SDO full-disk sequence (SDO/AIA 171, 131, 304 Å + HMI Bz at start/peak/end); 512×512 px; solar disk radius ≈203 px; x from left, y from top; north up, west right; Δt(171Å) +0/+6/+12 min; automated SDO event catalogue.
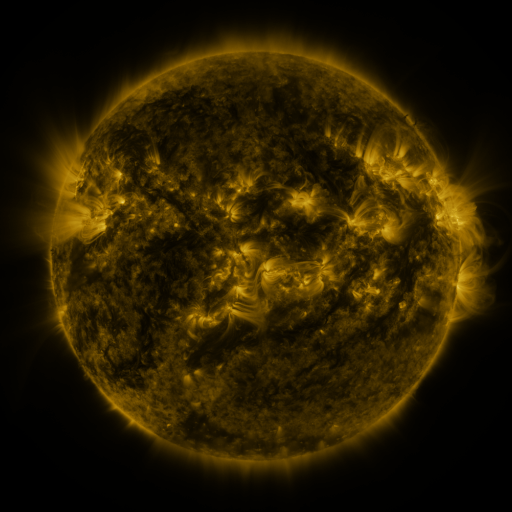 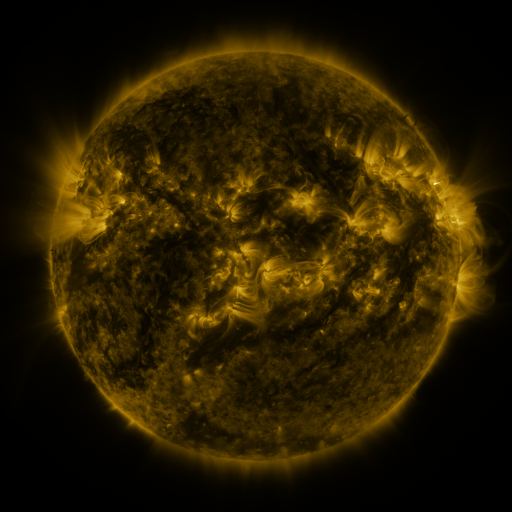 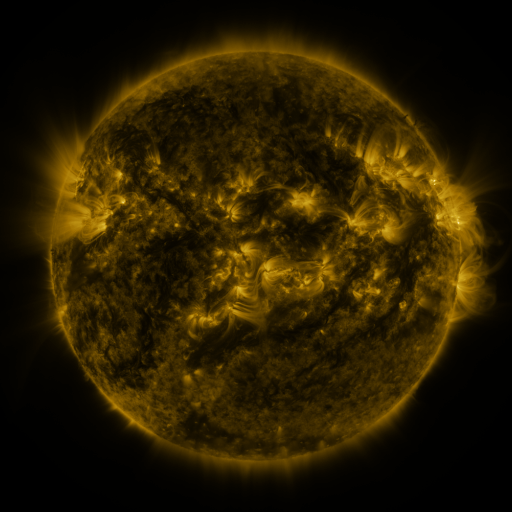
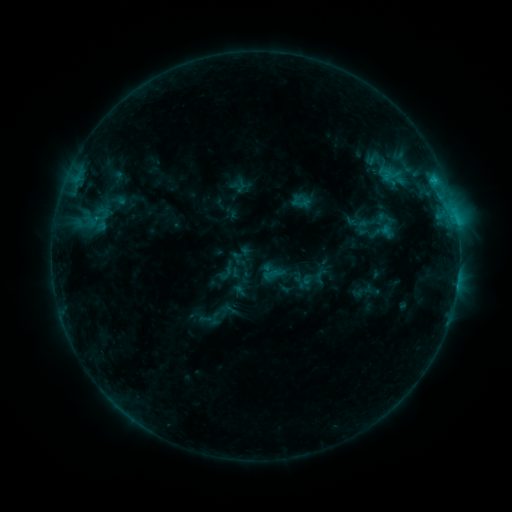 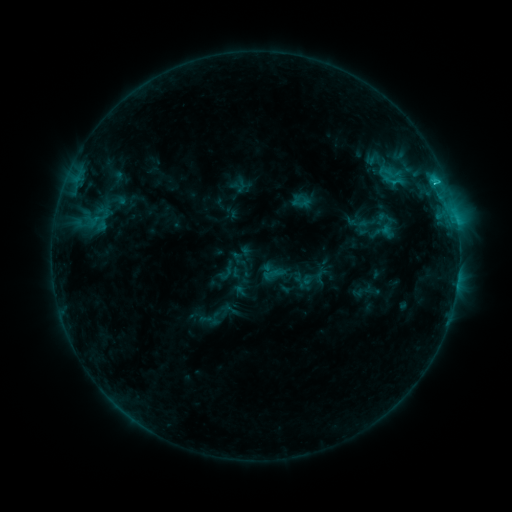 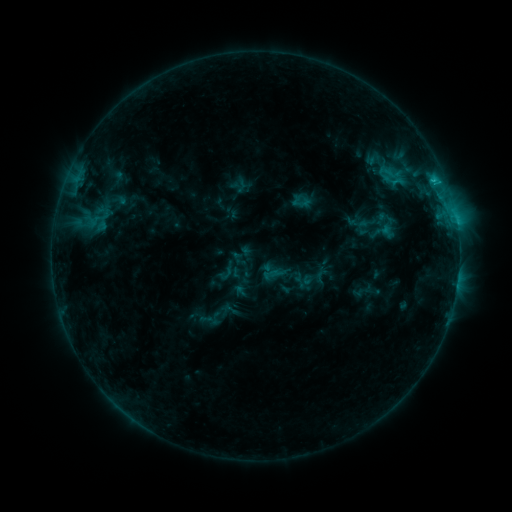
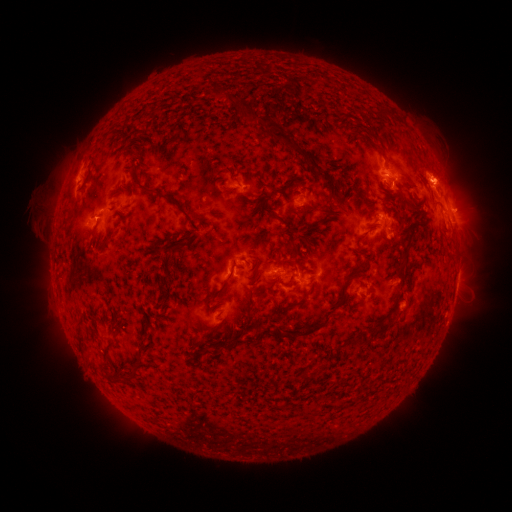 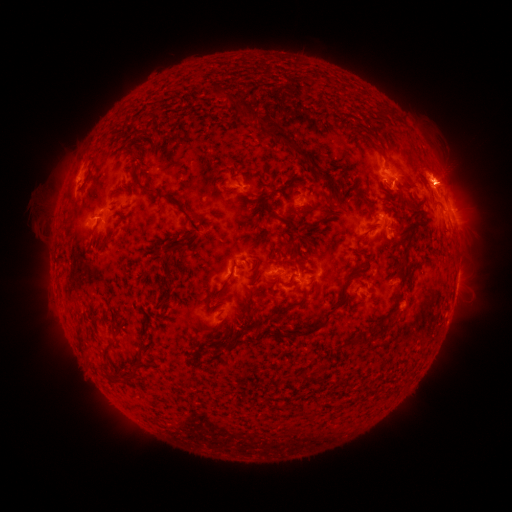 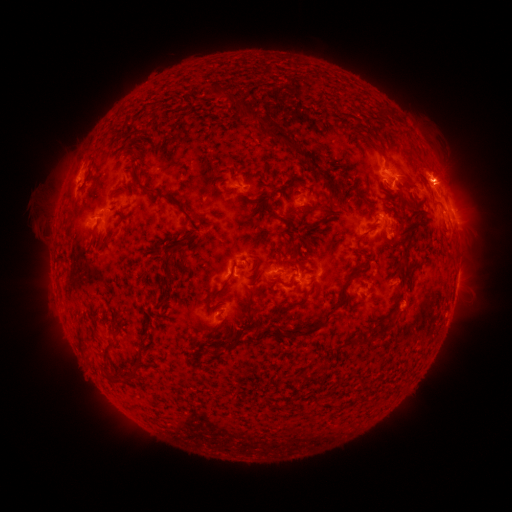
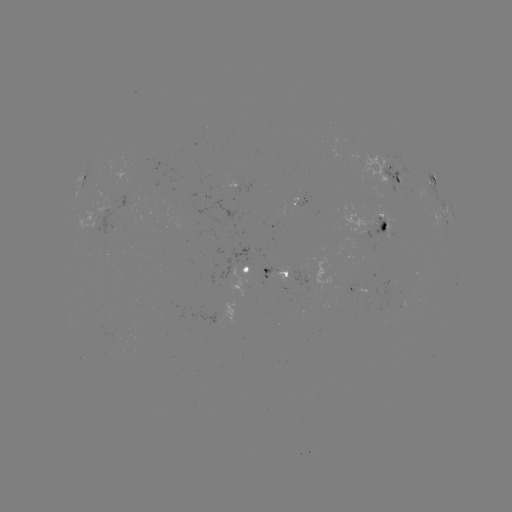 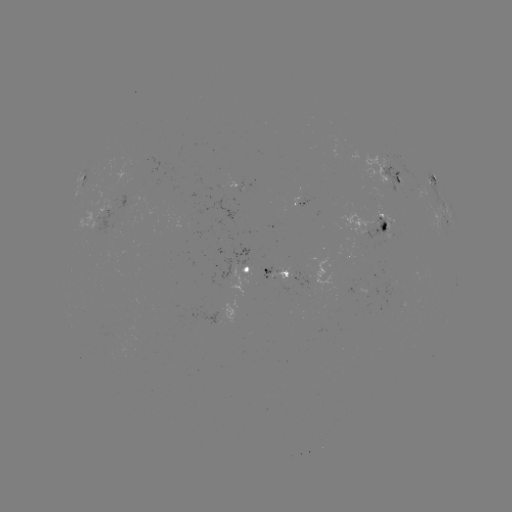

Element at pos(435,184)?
C1.7 flare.